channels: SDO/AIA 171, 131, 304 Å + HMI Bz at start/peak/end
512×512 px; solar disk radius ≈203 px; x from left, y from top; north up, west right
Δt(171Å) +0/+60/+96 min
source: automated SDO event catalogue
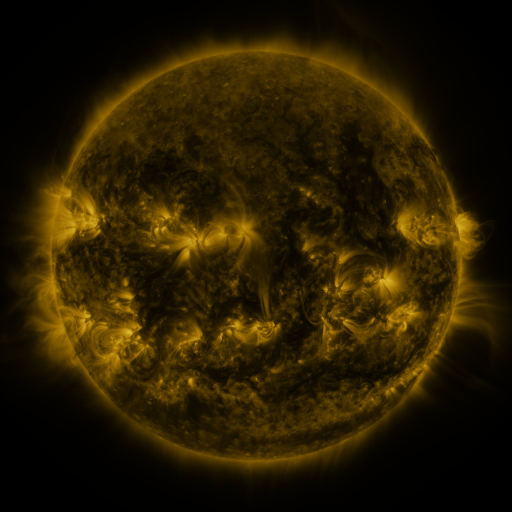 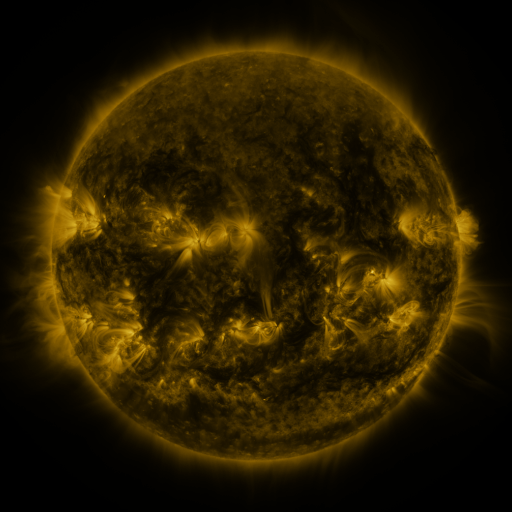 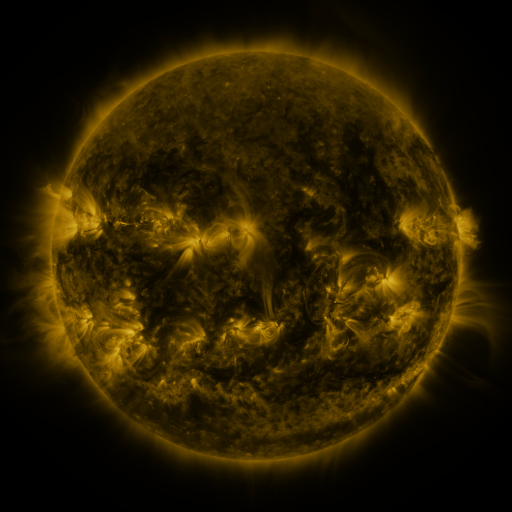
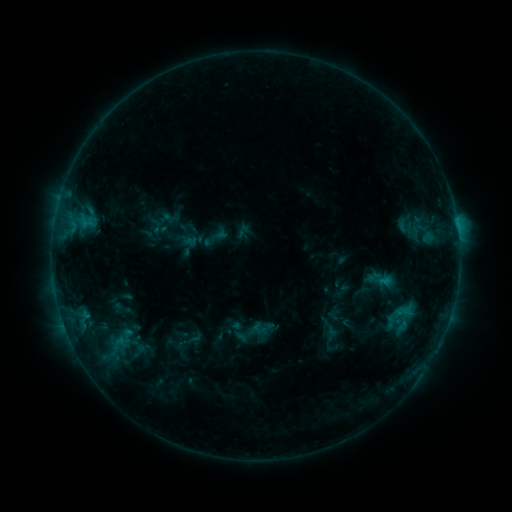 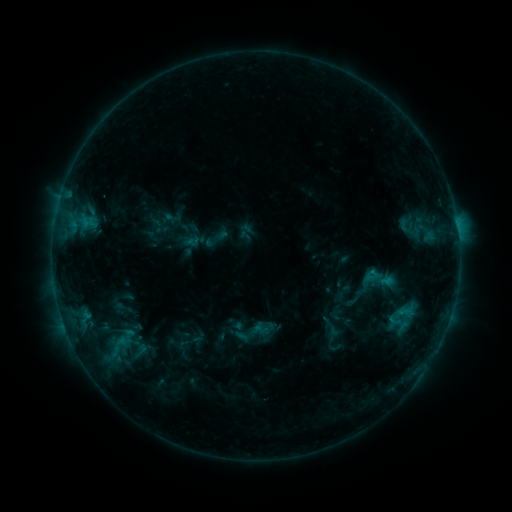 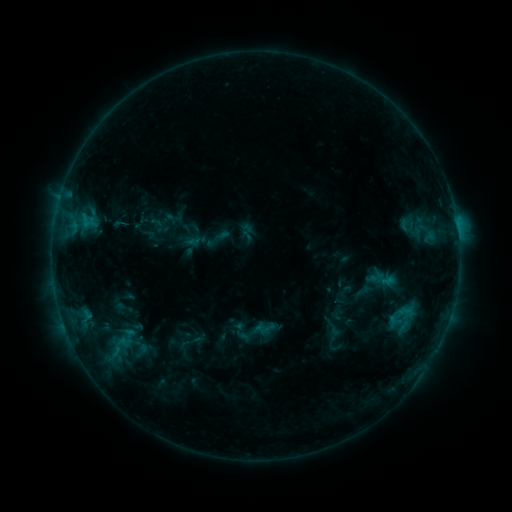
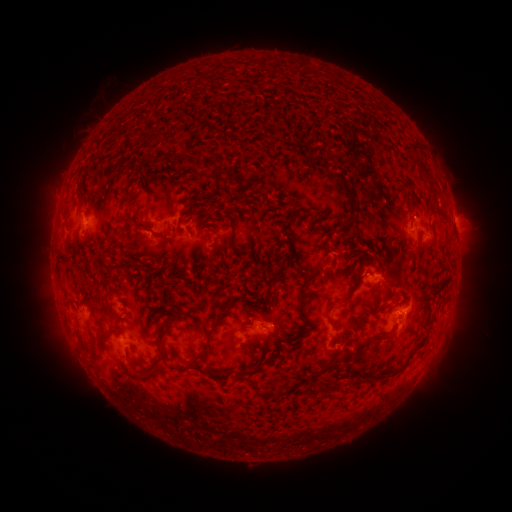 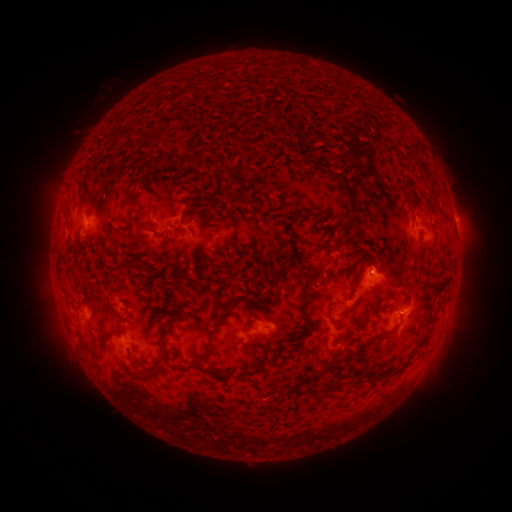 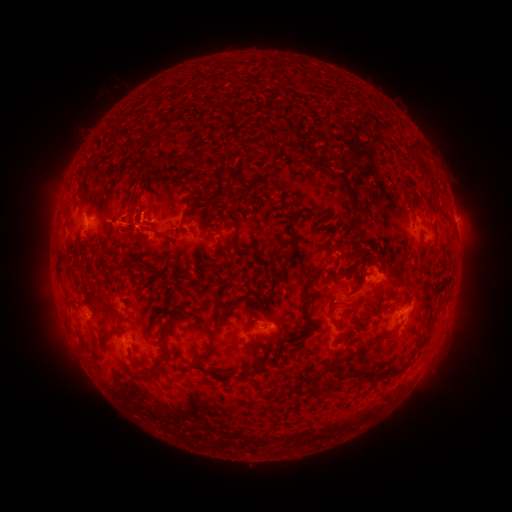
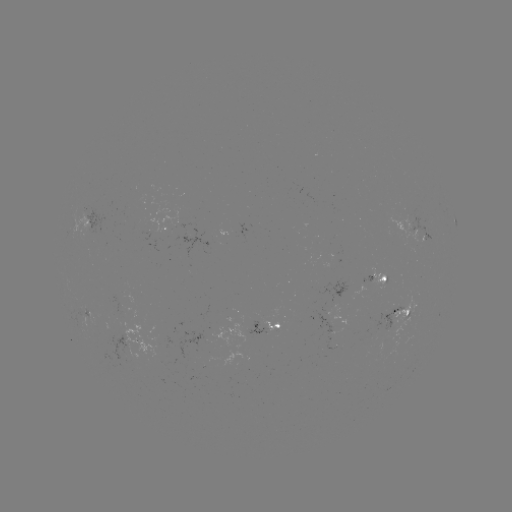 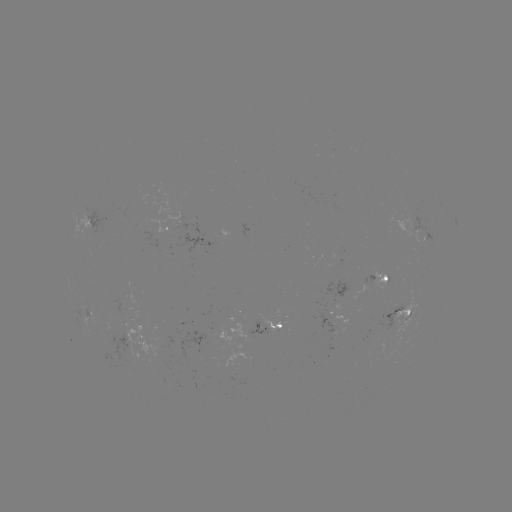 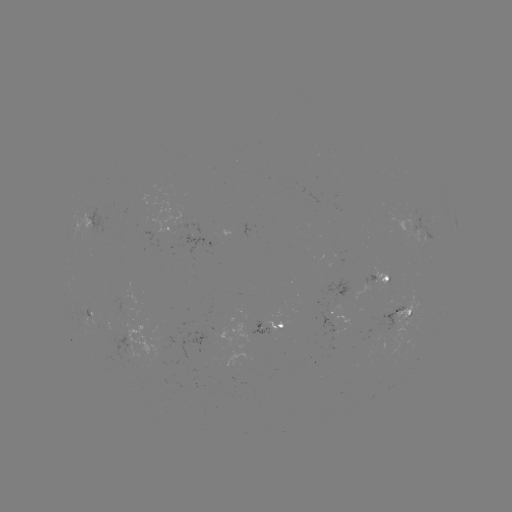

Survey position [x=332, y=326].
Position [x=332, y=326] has emerging-flux region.